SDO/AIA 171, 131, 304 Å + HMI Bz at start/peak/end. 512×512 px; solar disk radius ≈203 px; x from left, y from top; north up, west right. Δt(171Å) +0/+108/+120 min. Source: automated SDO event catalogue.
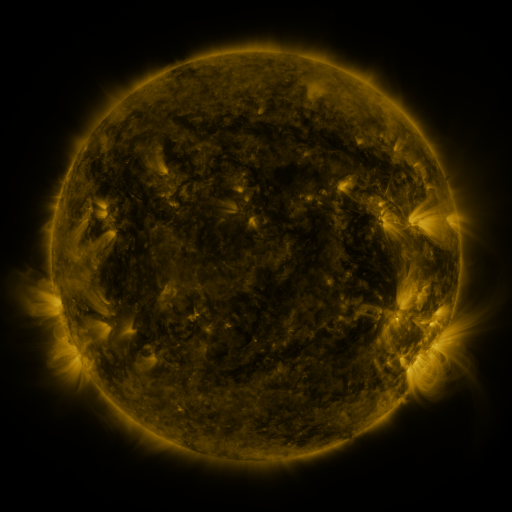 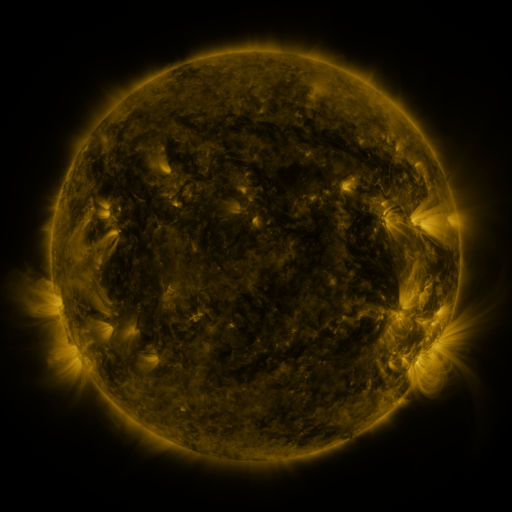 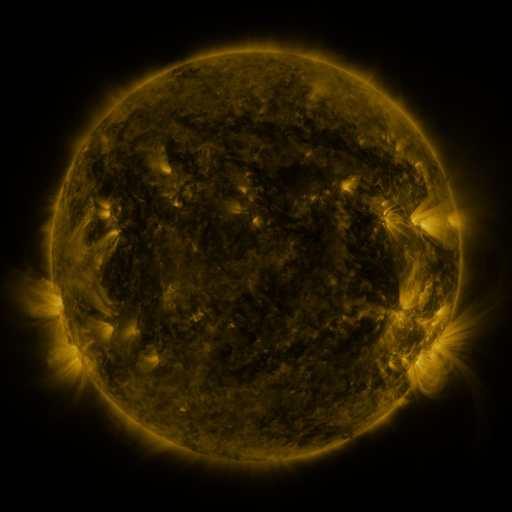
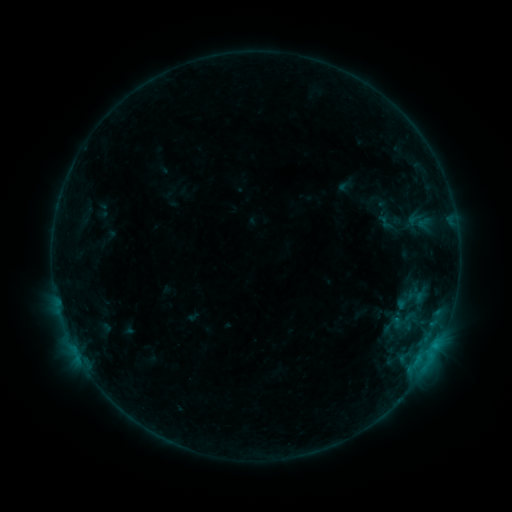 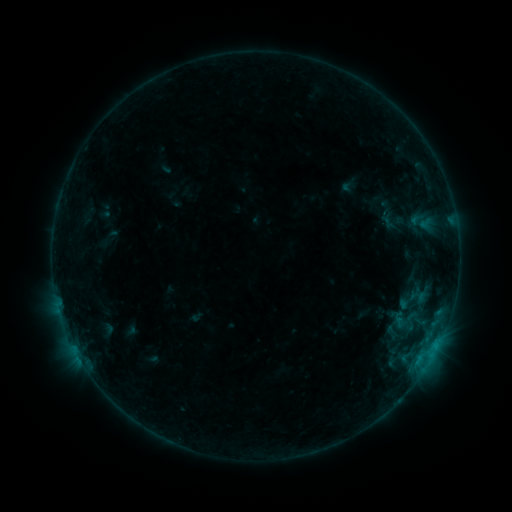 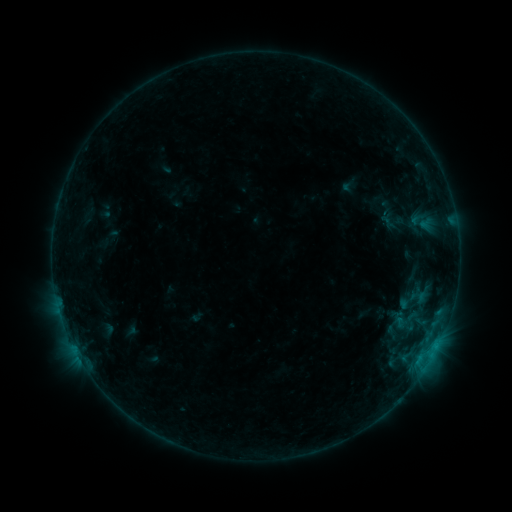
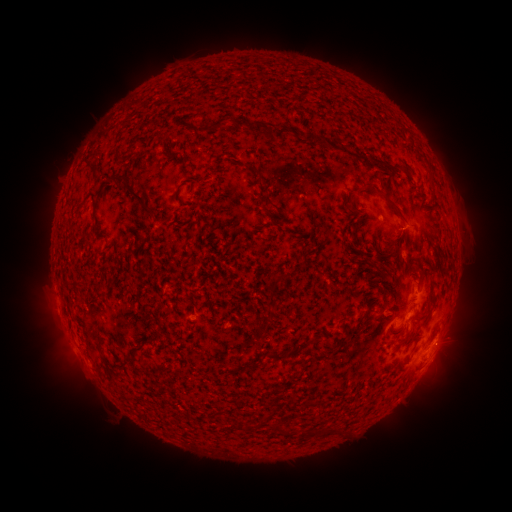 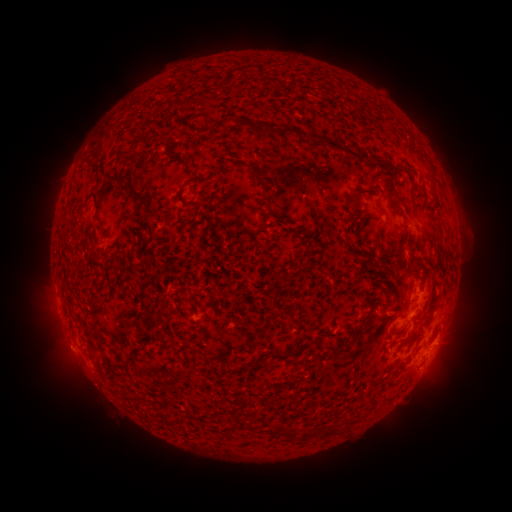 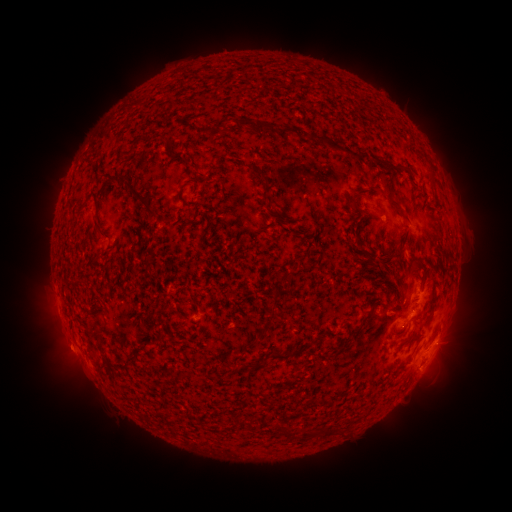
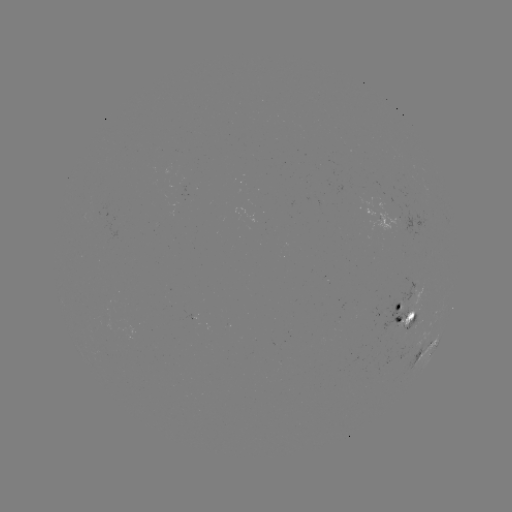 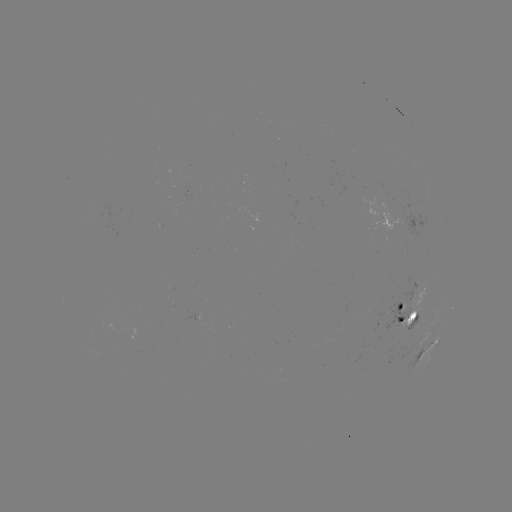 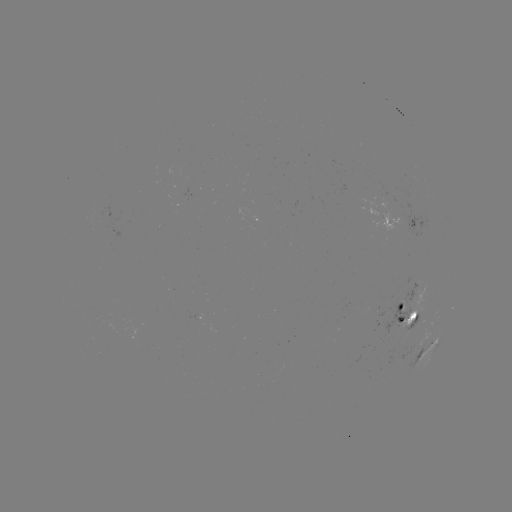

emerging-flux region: <bbox>383, 298, 410, 333</bbox>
